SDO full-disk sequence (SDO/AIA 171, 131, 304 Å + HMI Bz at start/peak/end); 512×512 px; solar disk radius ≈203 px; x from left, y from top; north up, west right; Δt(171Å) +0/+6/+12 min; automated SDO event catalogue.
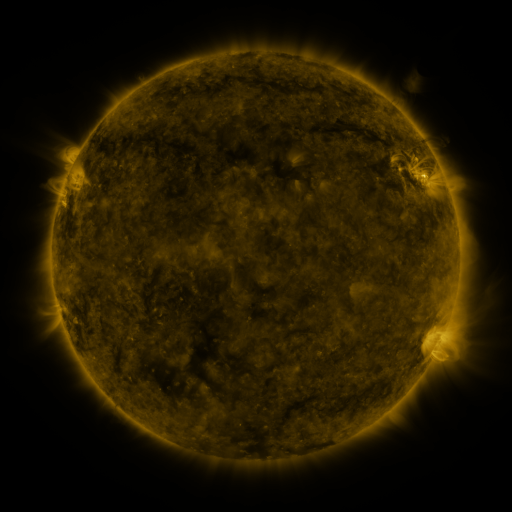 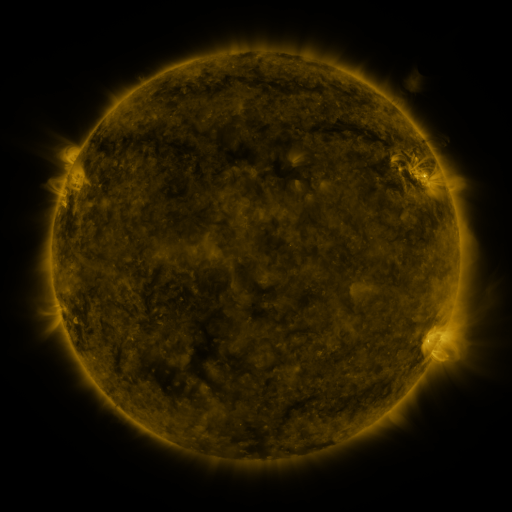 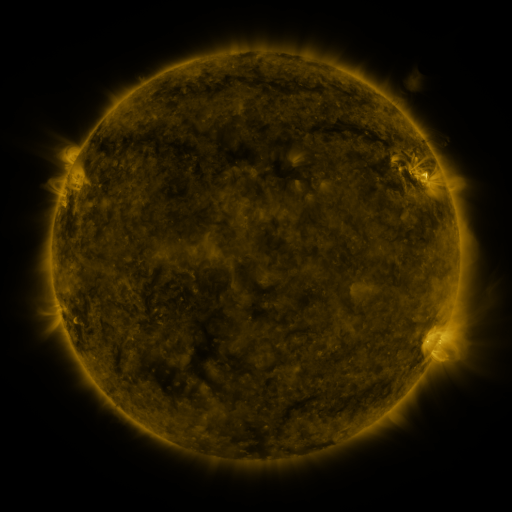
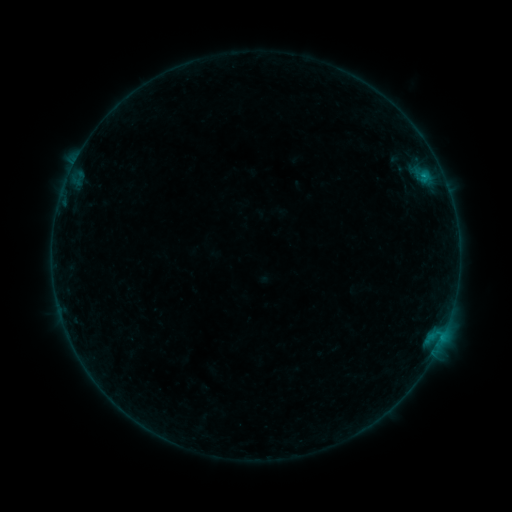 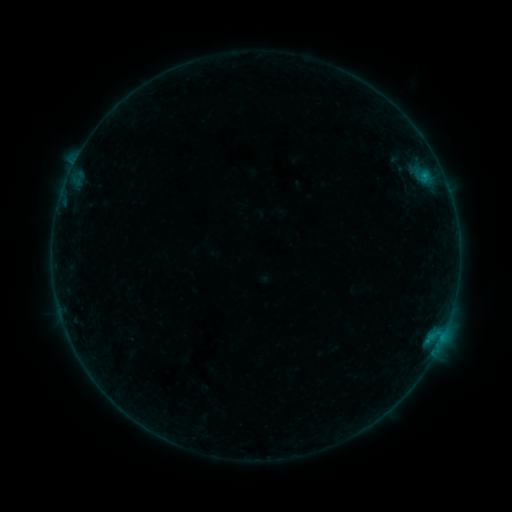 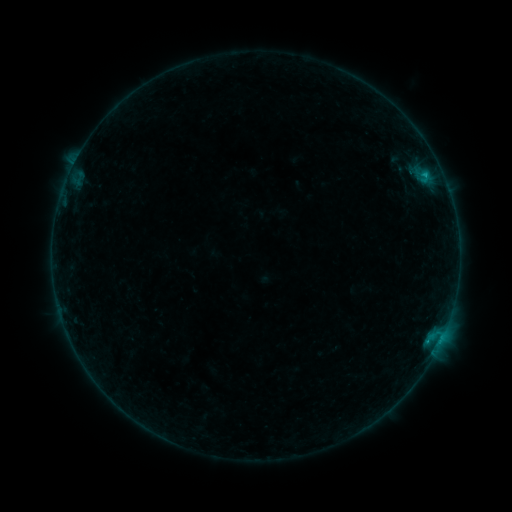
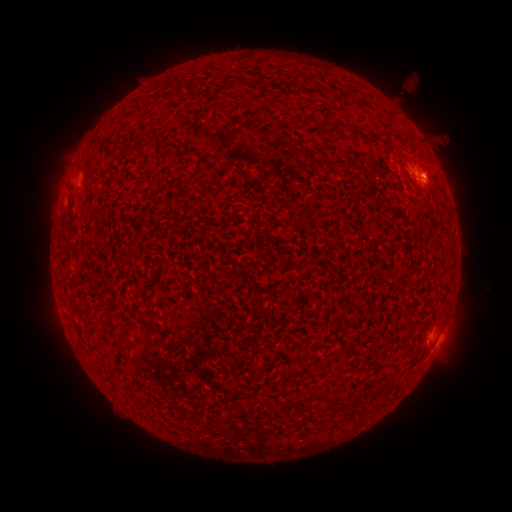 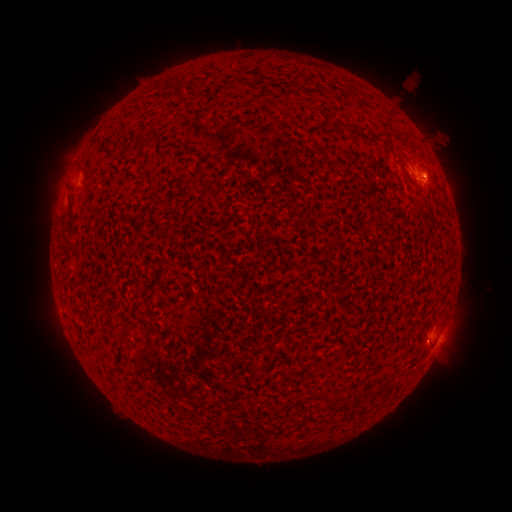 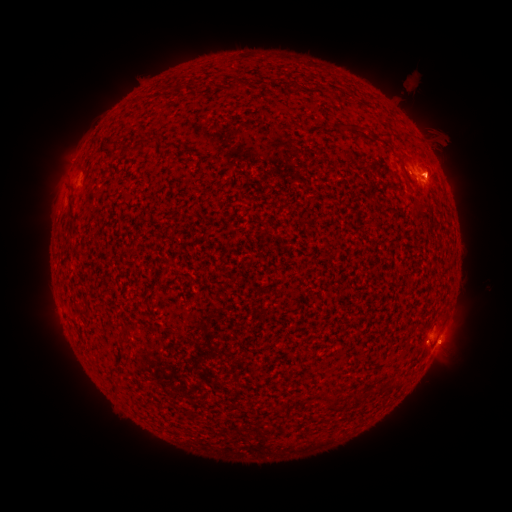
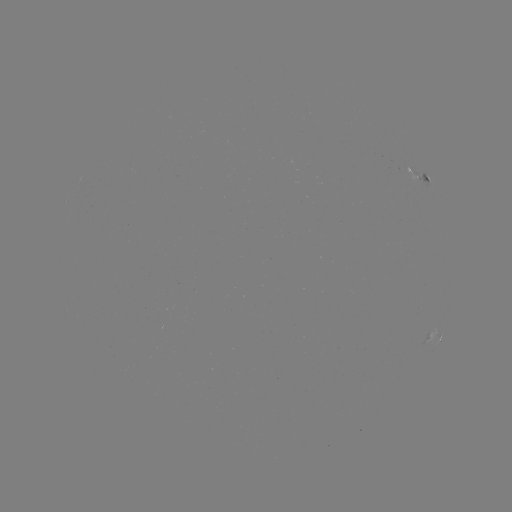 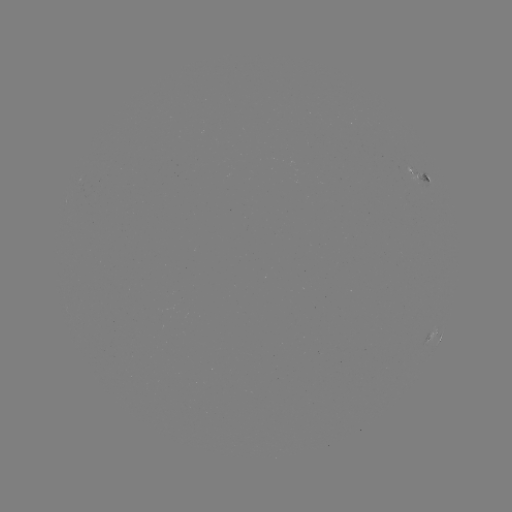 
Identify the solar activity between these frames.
eruption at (441, 168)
